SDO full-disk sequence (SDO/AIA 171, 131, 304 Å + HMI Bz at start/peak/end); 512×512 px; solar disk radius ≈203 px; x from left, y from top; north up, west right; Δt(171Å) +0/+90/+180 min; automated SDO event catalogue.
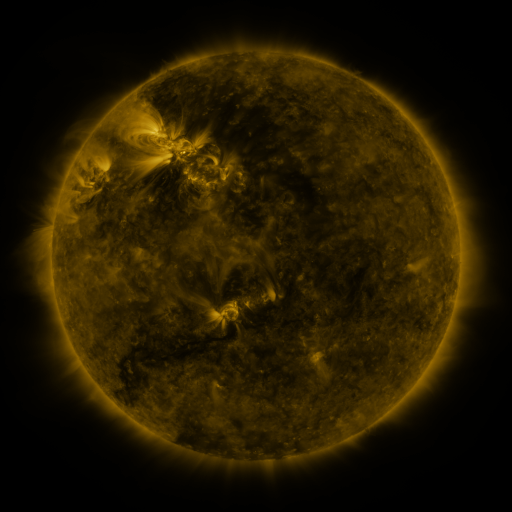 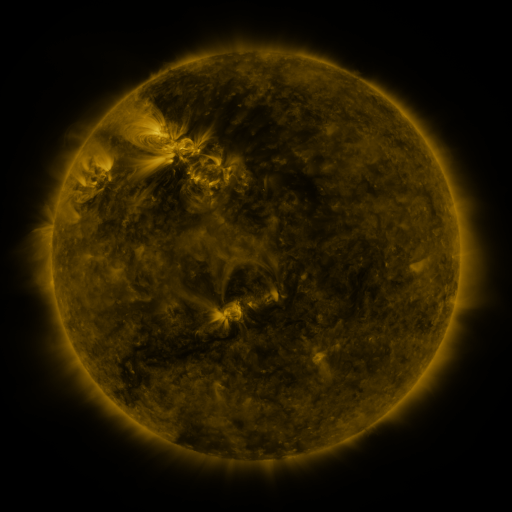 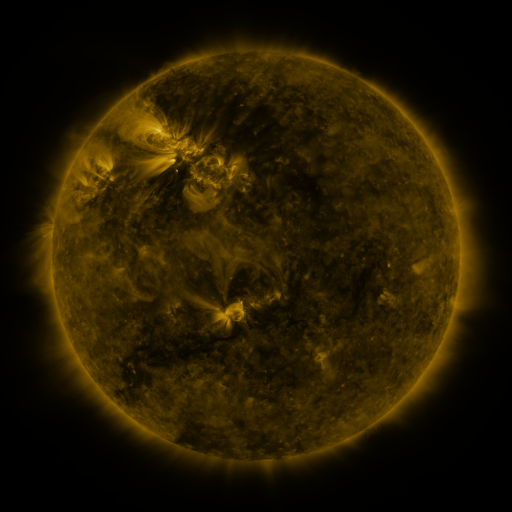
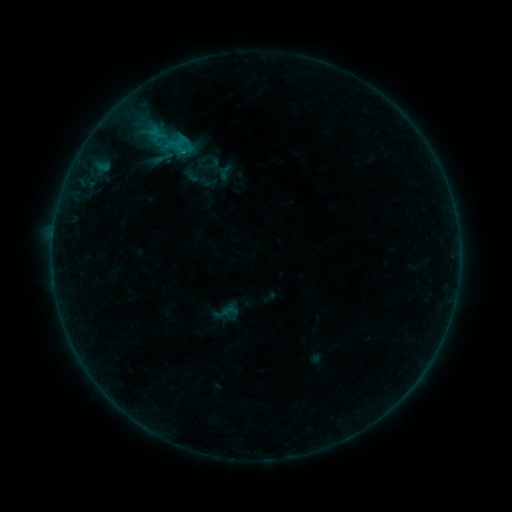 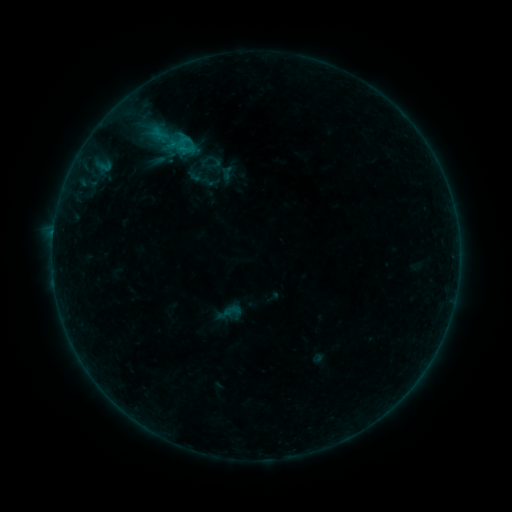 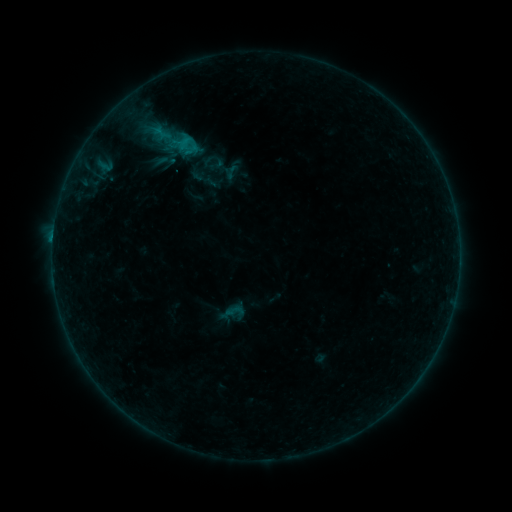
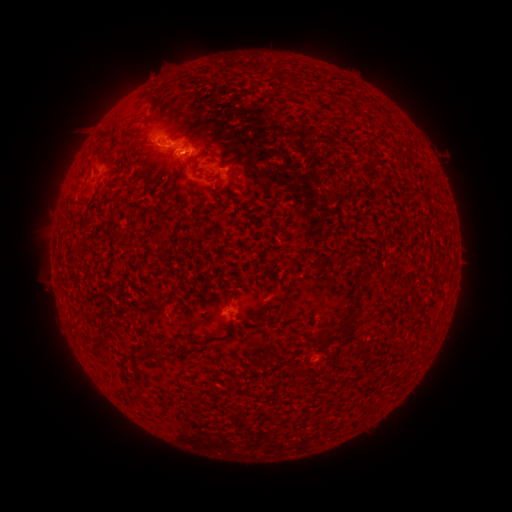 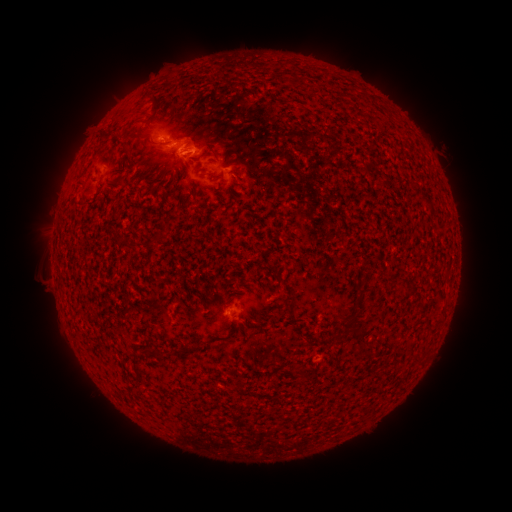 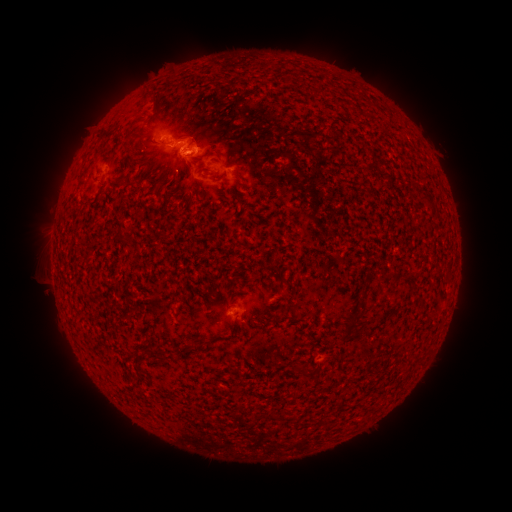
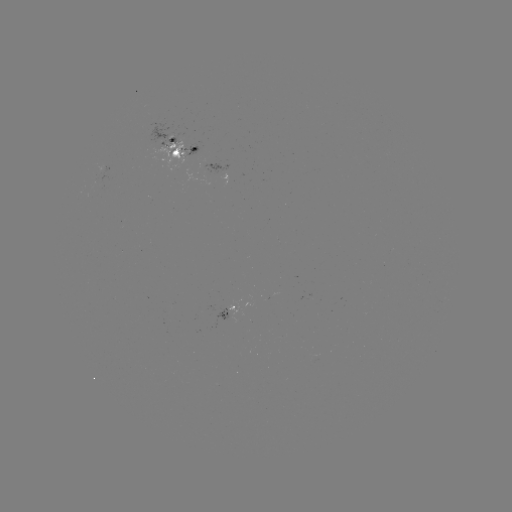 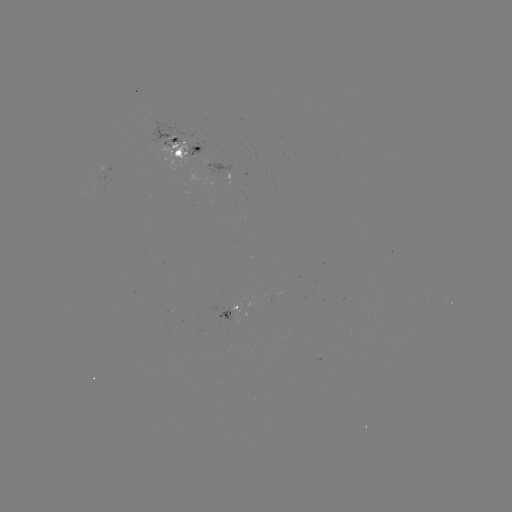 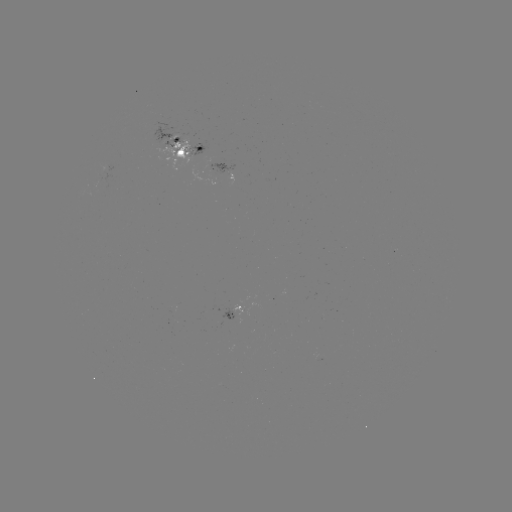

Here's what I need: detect emerging-flux region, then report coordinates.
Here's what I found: emerging-flux region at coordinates (183, 154).